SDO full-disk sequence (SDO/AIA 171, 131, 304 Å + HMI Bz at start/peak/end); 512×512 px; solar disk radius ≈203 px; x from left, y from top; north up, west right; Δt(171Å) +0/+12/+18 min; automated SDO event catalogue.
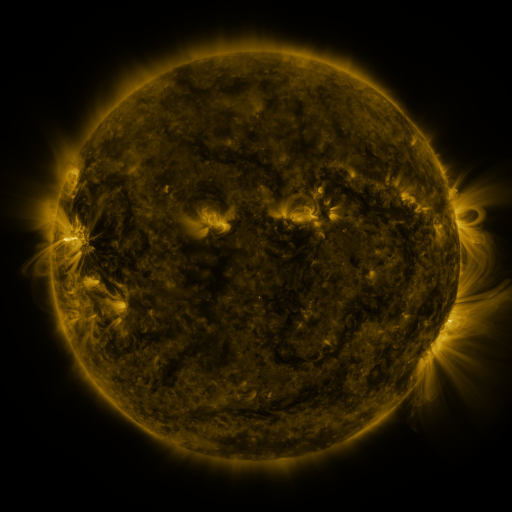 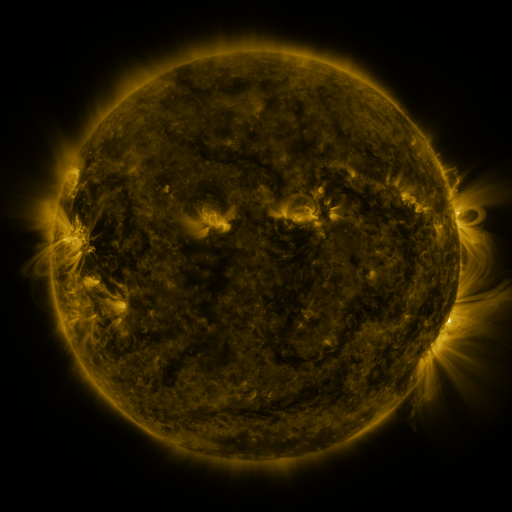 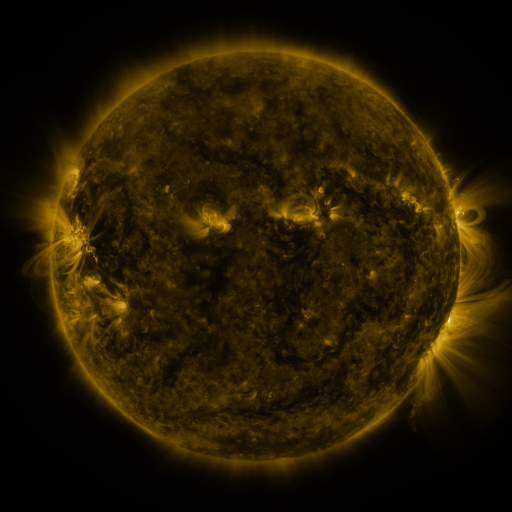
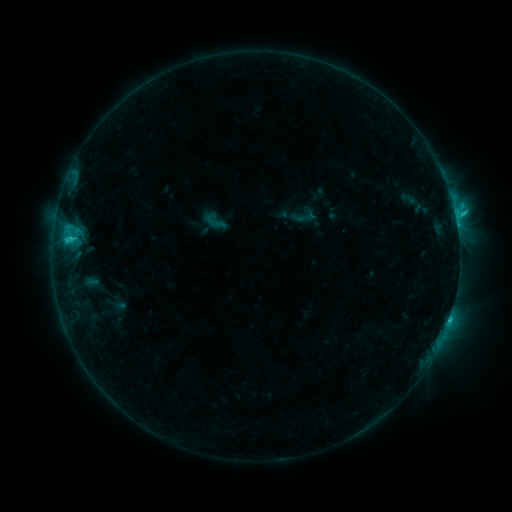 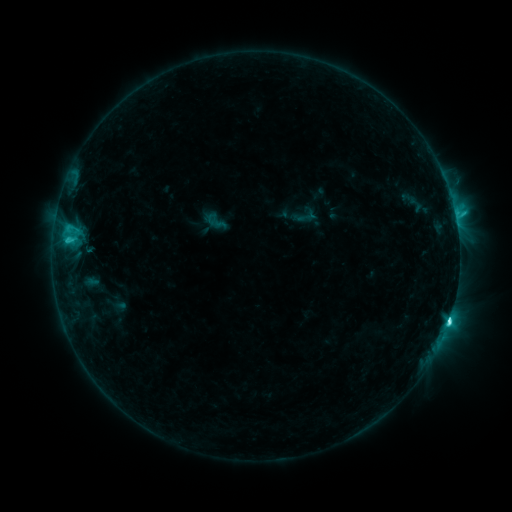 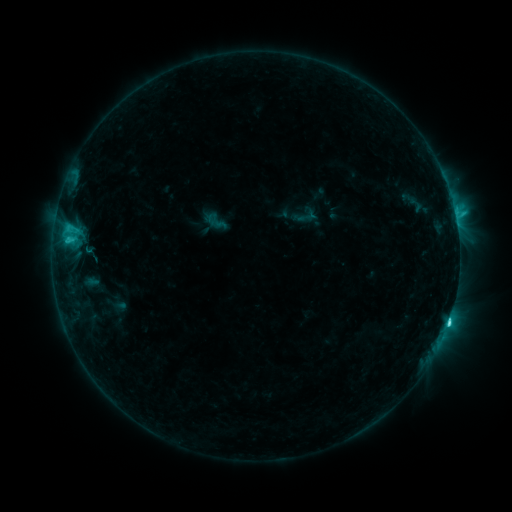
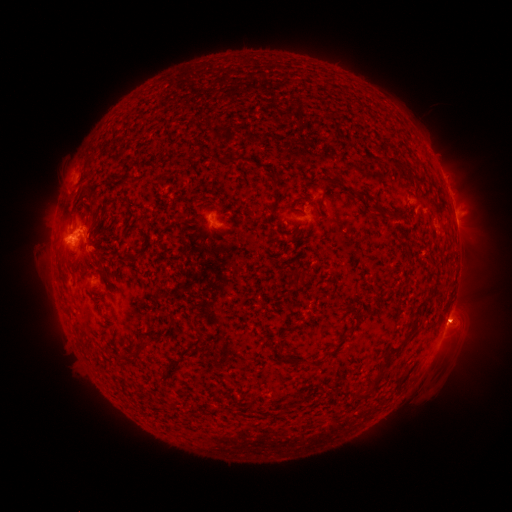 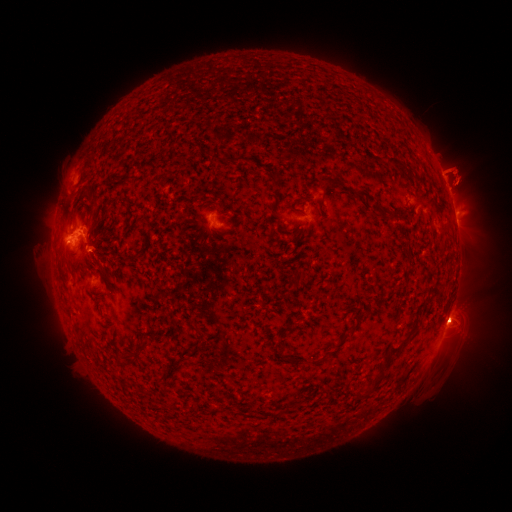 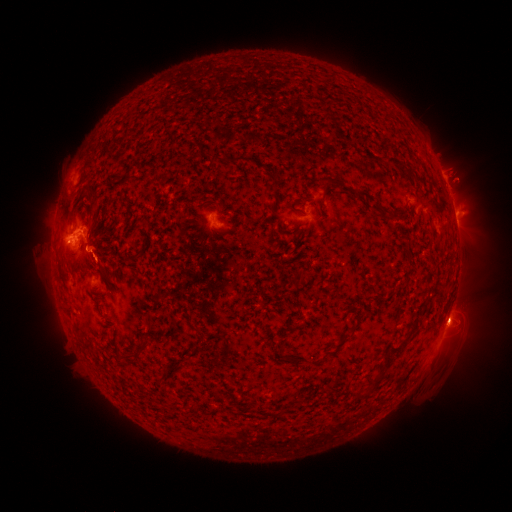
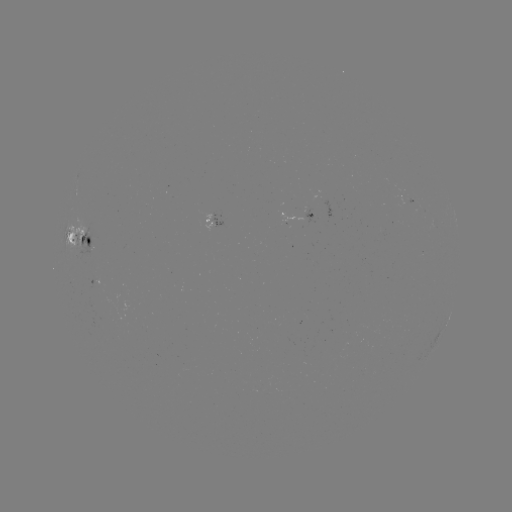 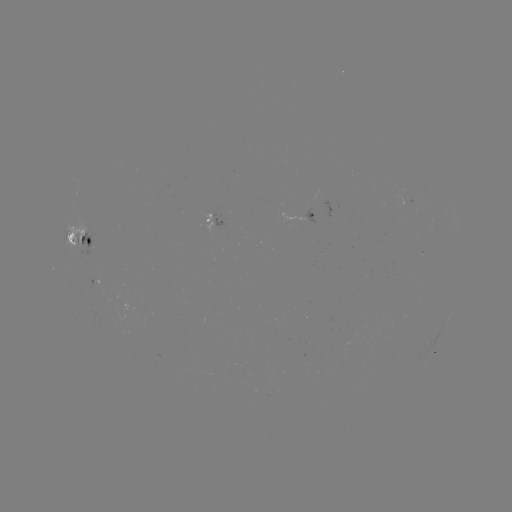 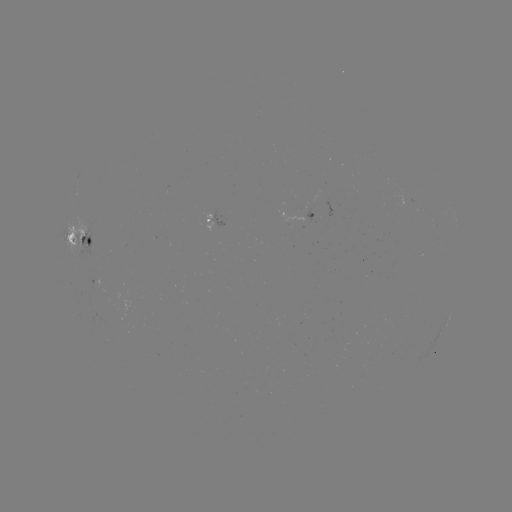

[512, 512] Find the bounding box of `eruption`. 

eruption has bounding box [428, 145, 481, 217].